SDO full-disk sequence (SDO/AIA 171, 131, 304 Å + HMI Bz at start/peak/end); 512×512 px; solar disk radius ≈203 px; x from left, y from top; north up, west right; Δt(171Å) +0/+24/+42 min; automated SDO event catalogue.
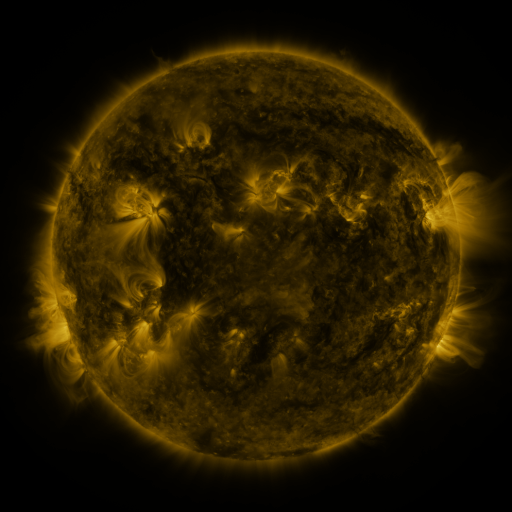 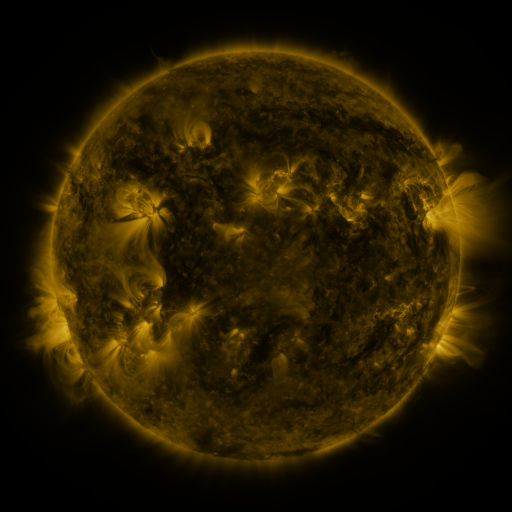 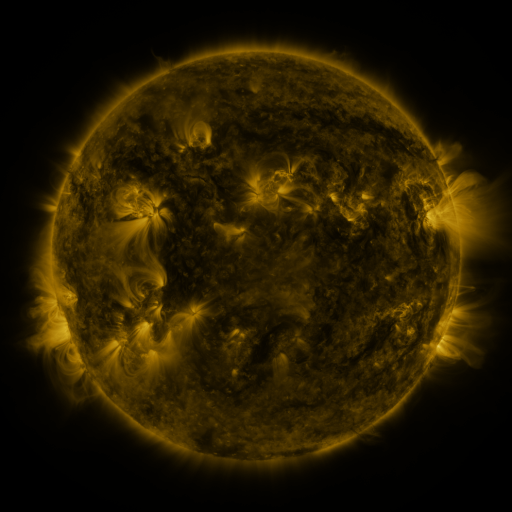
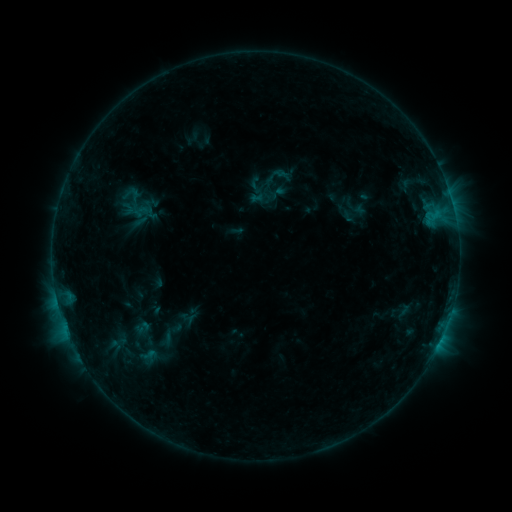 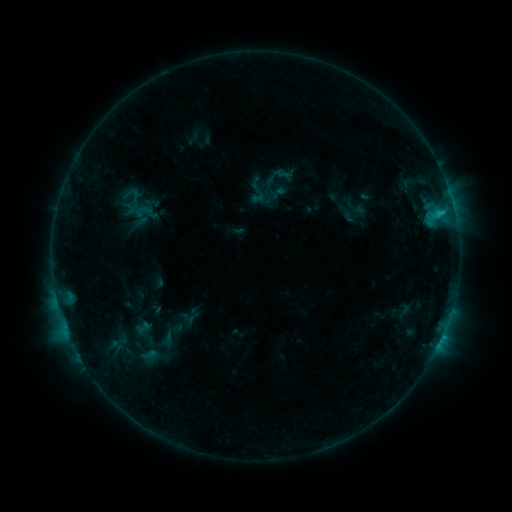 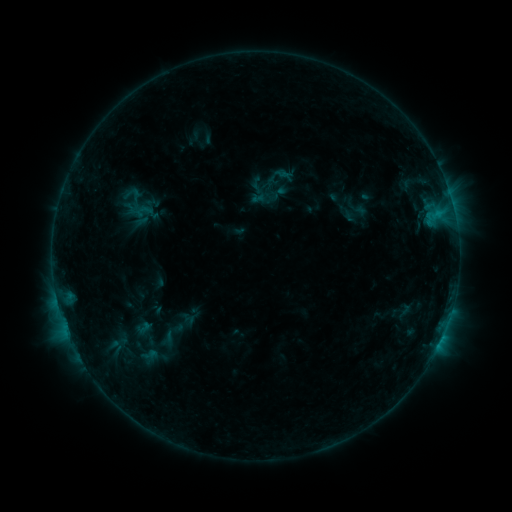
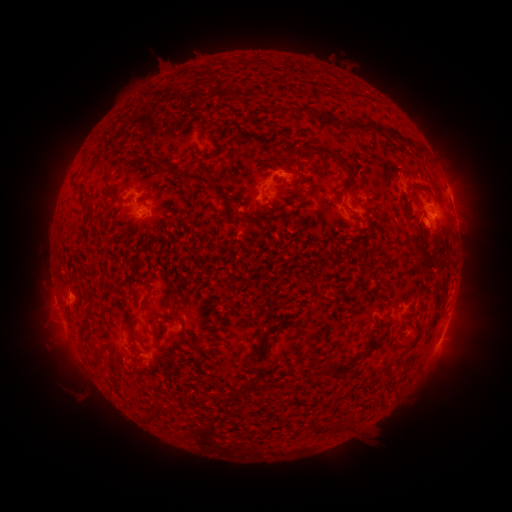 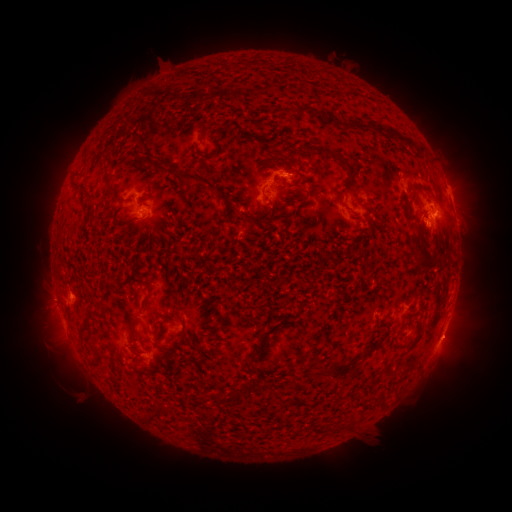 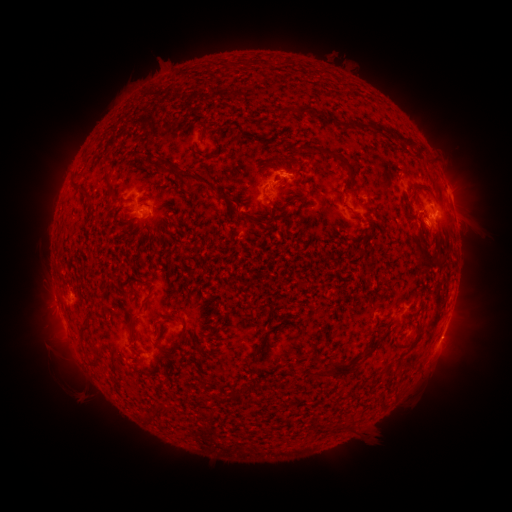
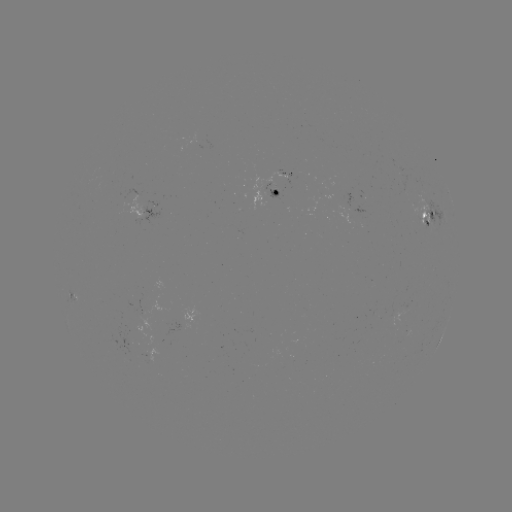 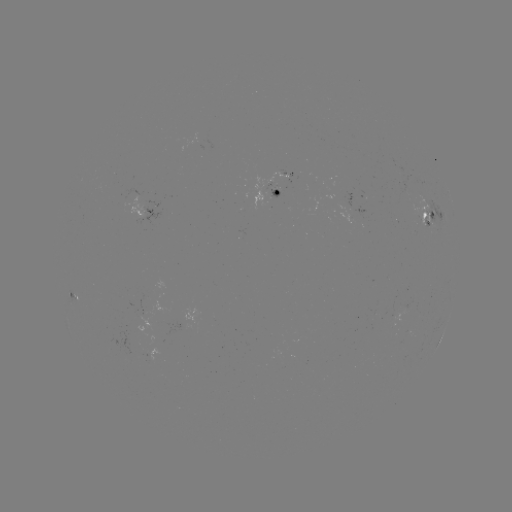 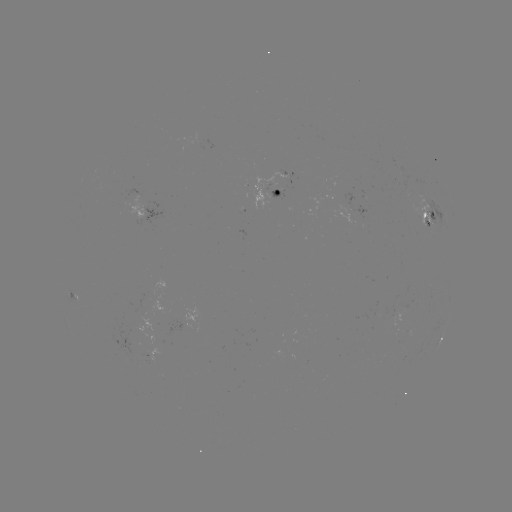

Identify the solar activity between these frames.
C1.0 flare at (439, 215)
